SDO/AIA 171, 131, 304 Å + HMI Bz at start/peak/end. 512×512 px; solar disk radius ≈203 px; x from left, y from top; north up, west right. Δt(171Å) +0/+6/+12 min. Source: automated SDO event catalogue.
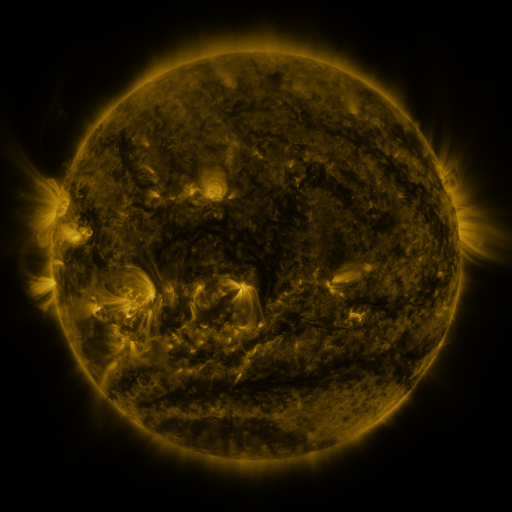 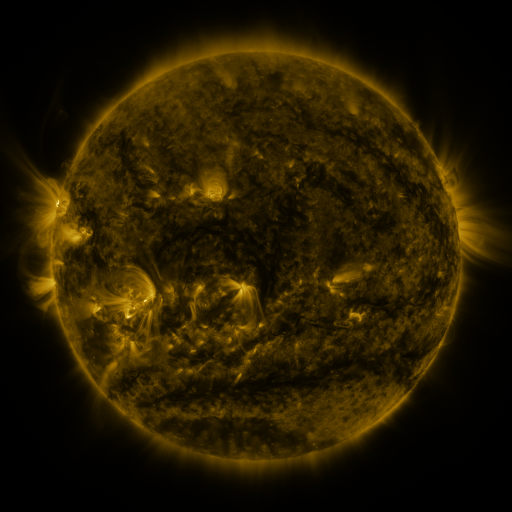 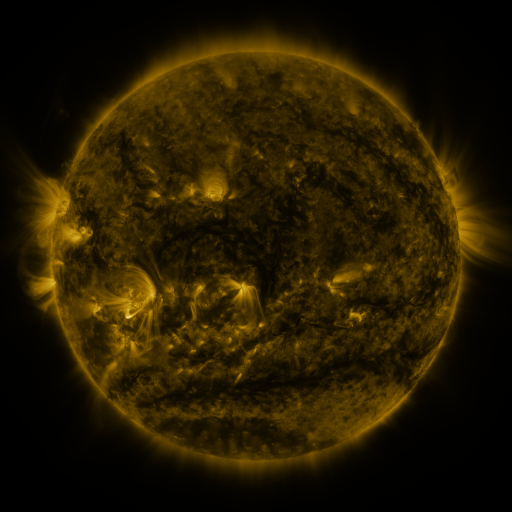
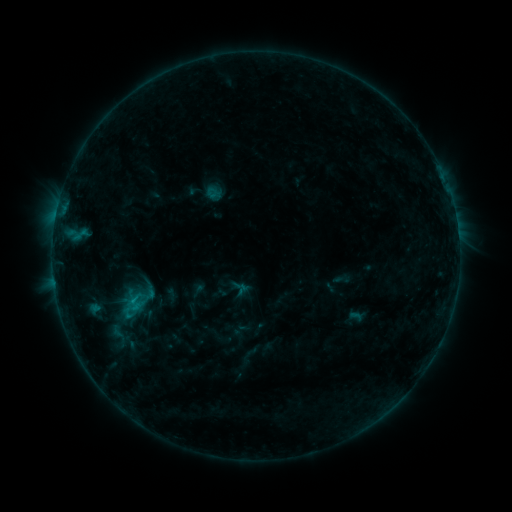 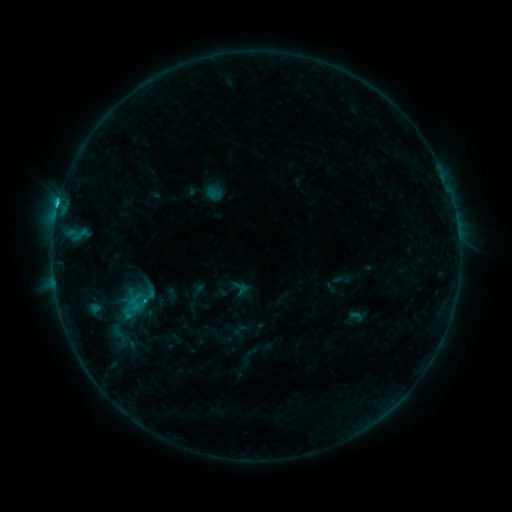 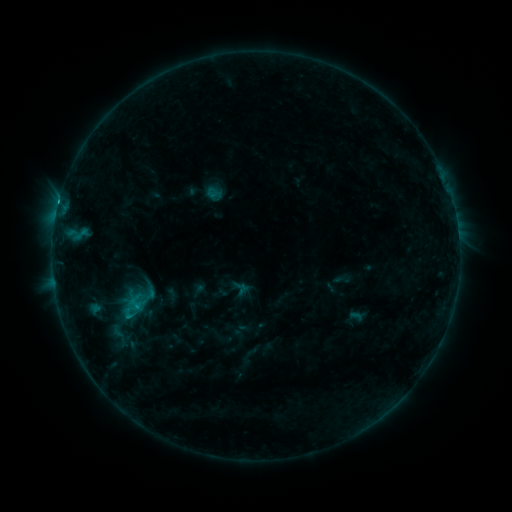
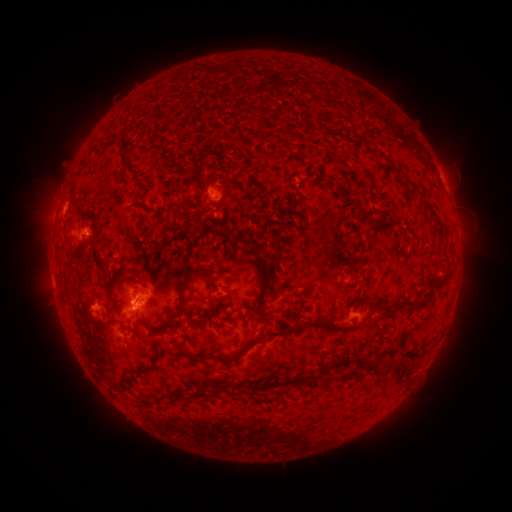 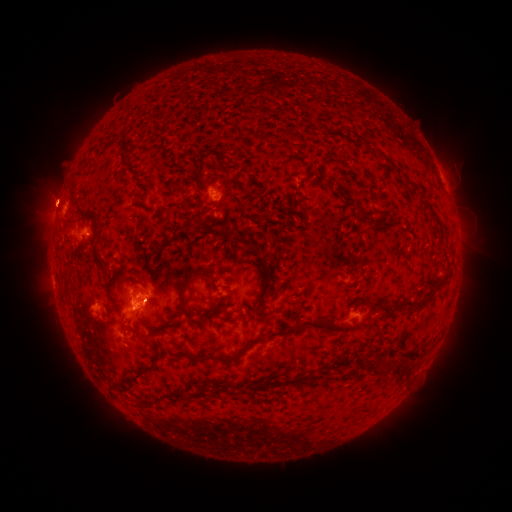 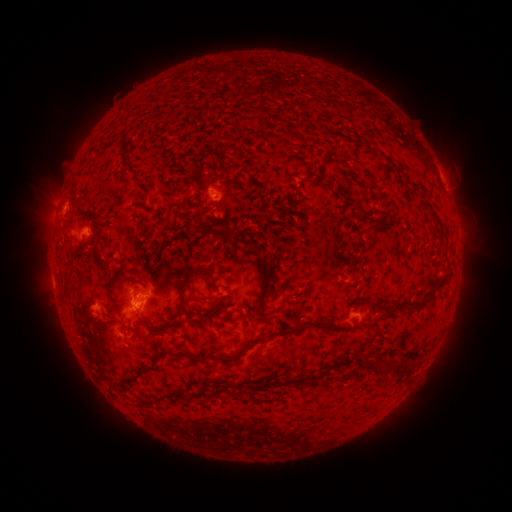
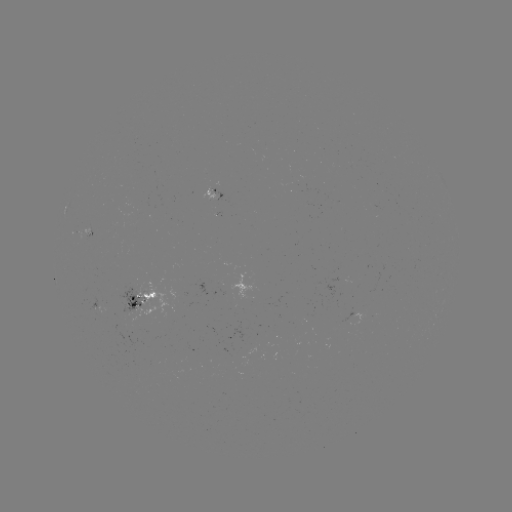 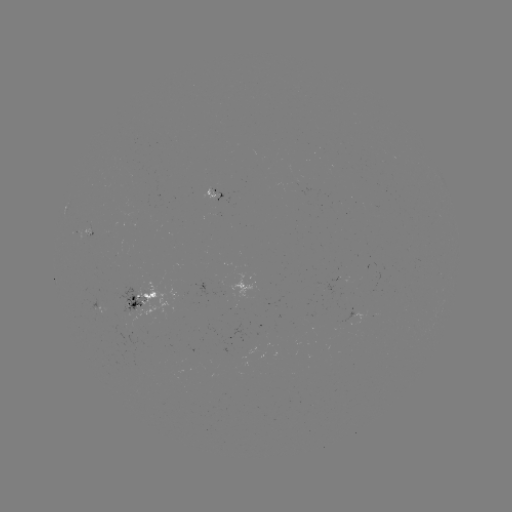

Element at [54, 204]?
eruption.